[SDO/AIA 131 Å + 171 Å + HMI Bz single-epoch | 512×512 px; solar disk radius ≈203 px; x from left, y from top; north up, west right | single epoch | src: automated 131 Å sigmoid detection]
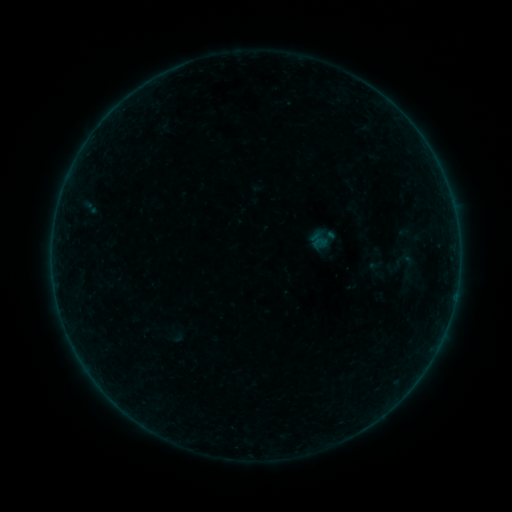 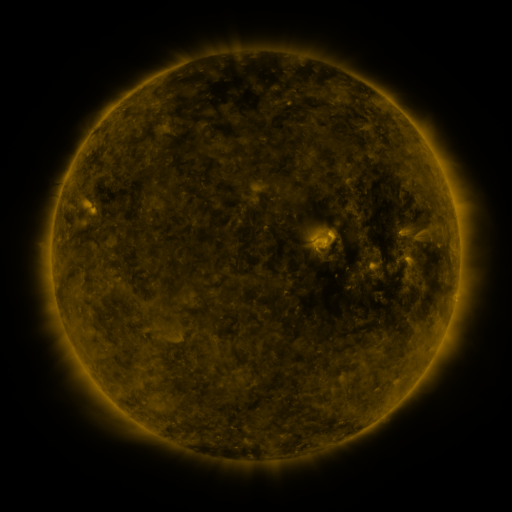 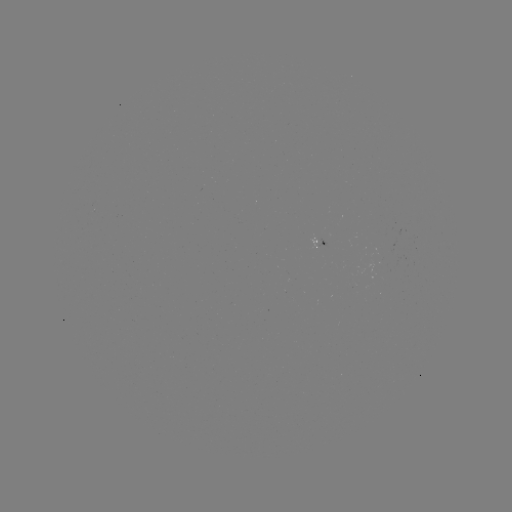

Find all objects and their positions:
sigmoid: (390, 250, 425, 284)
